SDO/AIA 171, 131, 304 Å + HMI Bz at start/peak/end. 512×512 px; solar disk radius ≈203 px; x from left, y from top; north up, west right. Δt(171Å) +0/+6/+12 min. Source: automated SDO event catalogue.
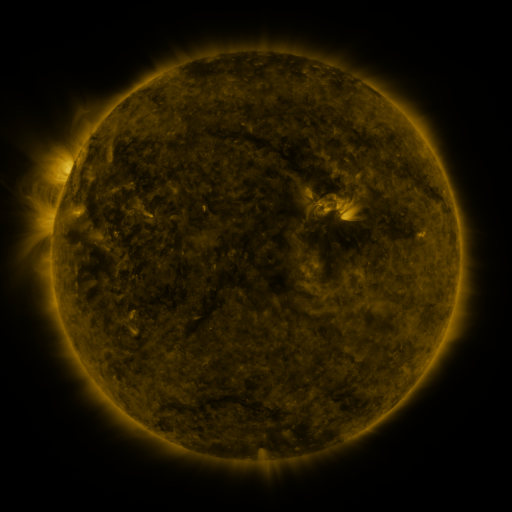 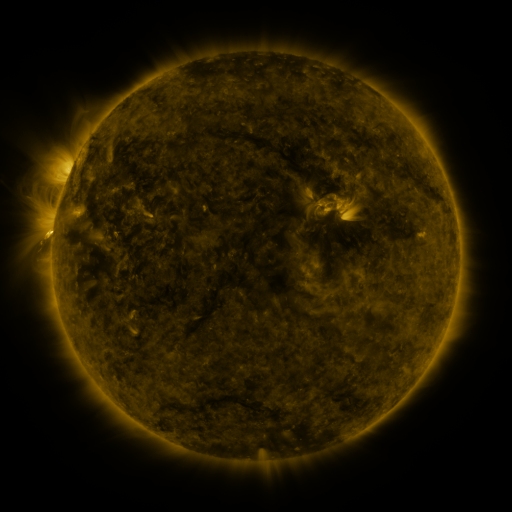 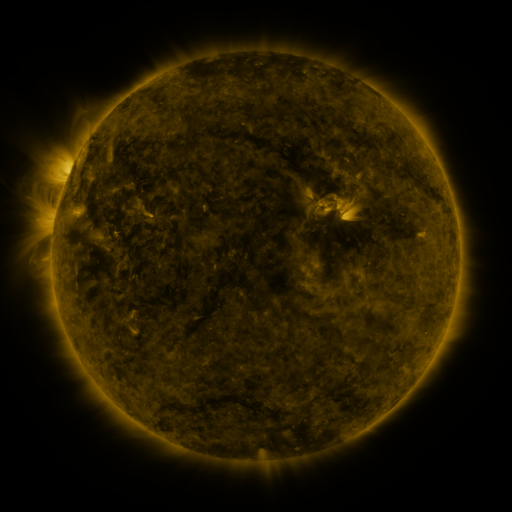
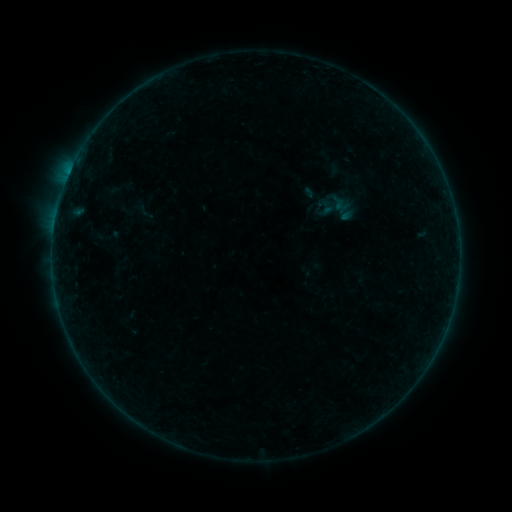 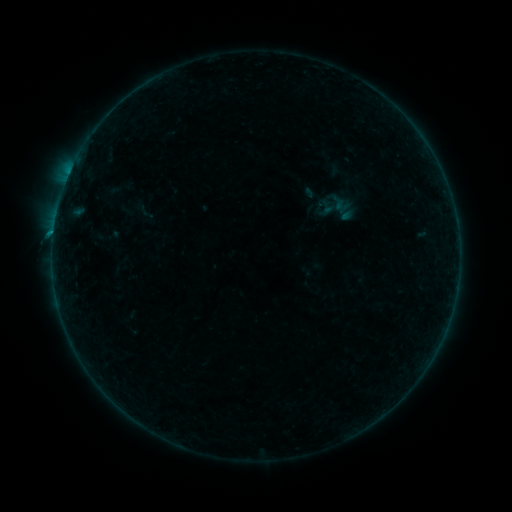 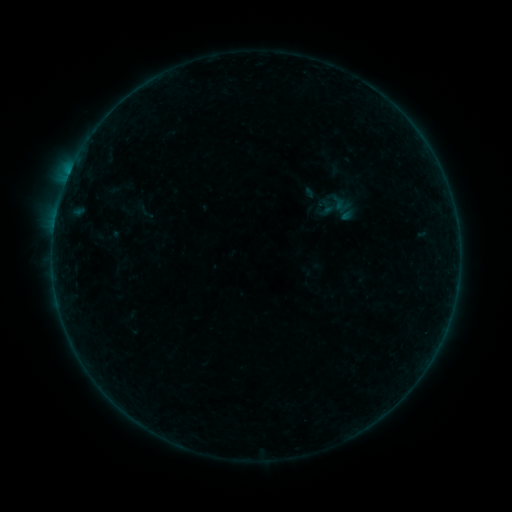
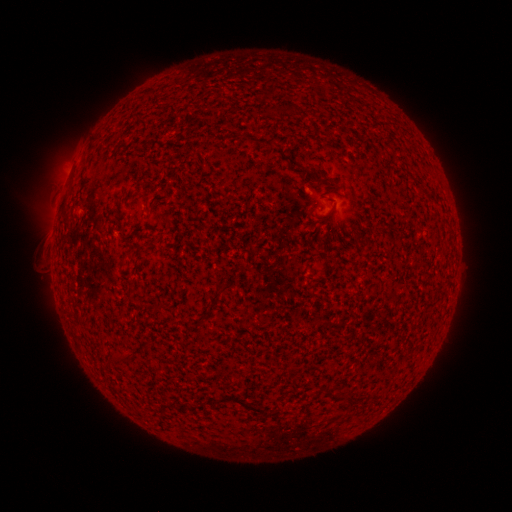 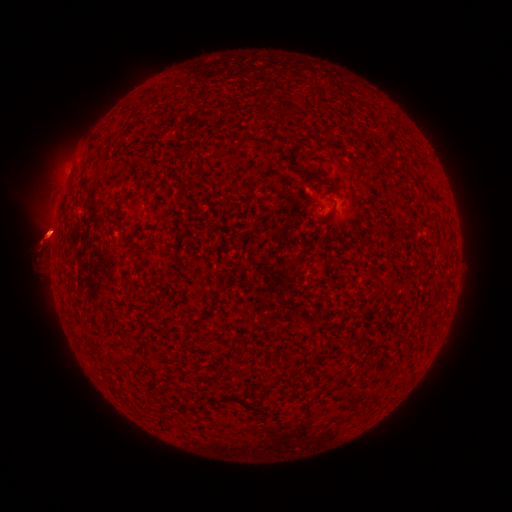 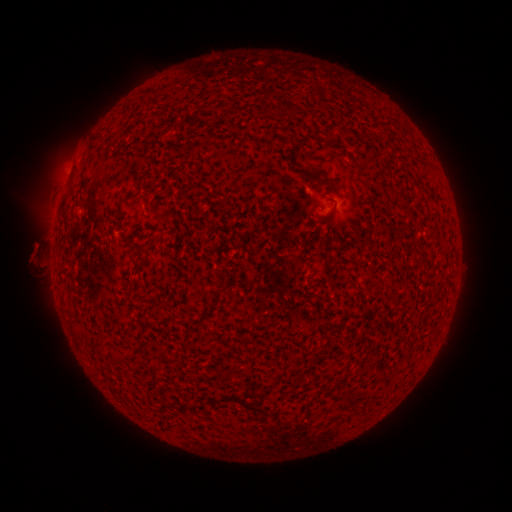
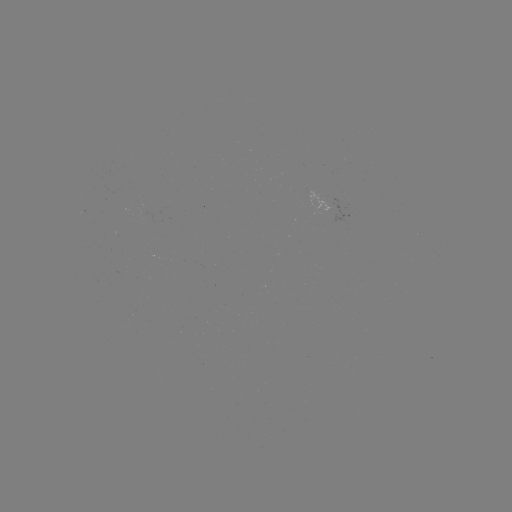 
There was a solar eruption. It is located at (47, 234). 